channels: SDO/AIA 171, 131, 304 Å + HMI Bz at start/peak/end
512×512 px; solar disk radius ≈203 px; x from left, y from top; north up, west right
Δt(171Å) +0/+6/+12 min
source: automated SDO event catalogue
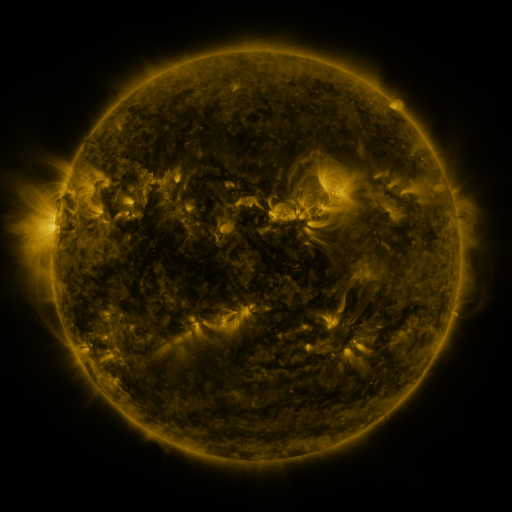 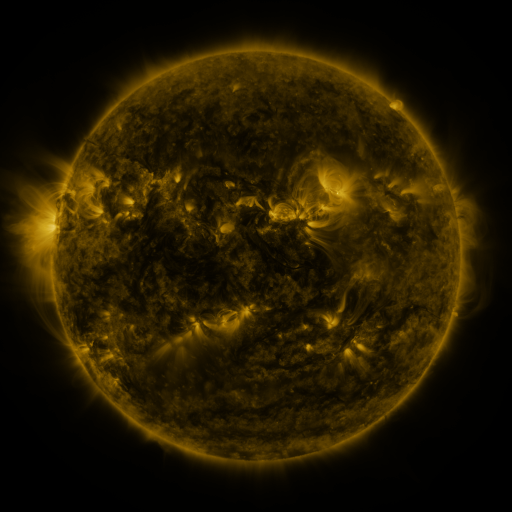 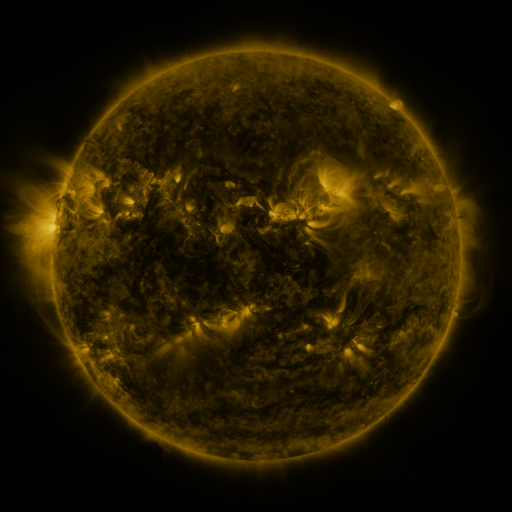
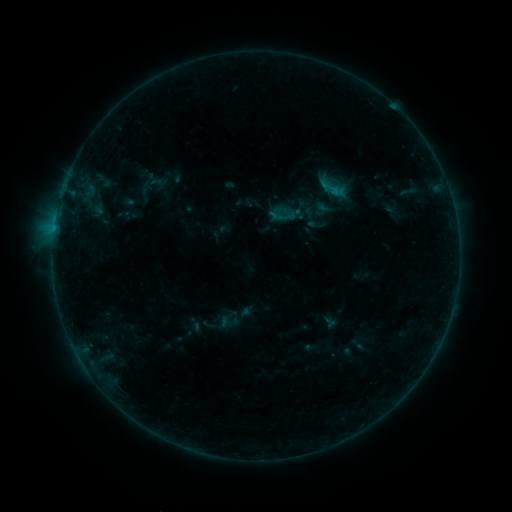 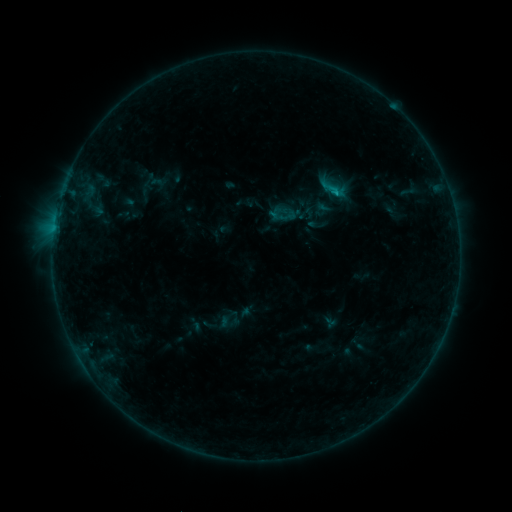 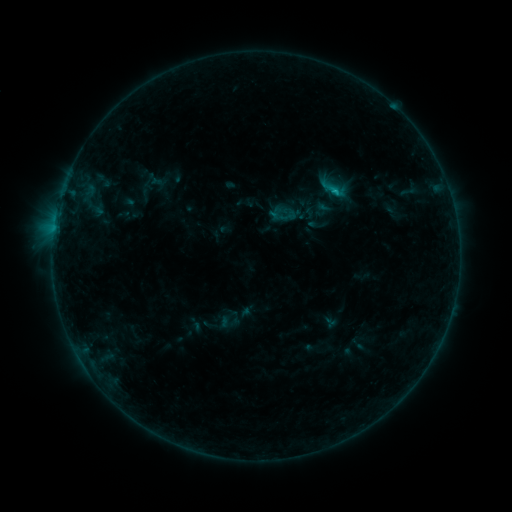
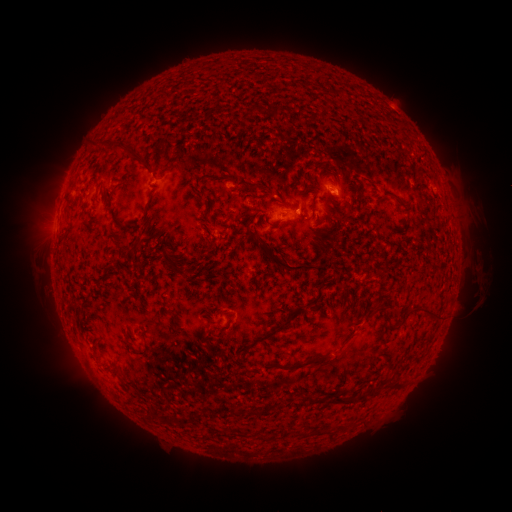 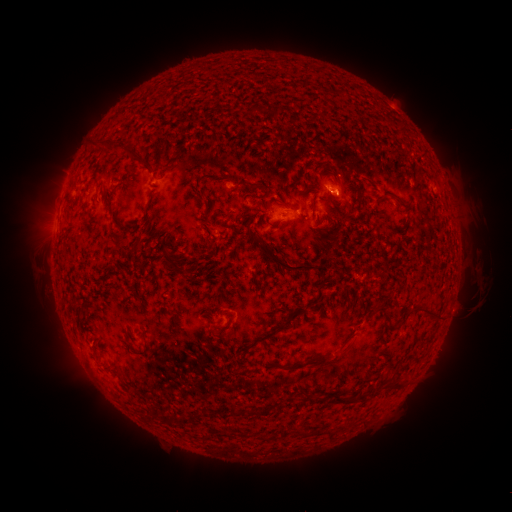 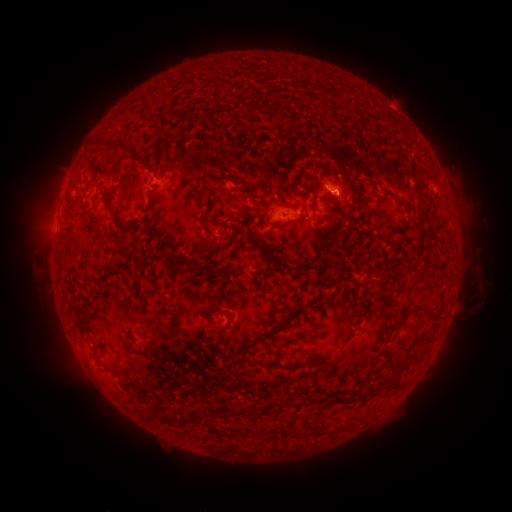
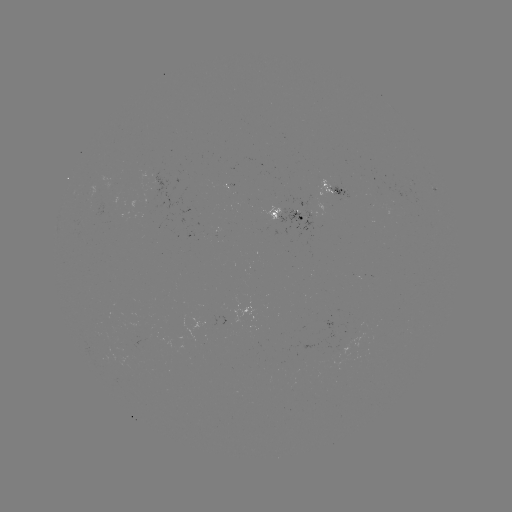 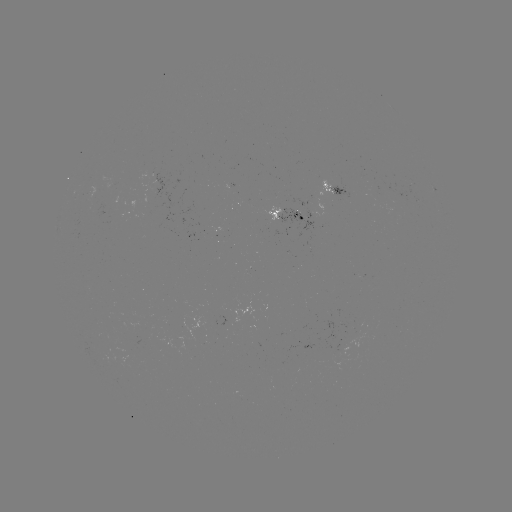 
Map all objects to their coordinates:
B5.7 flare: (335, 194)
